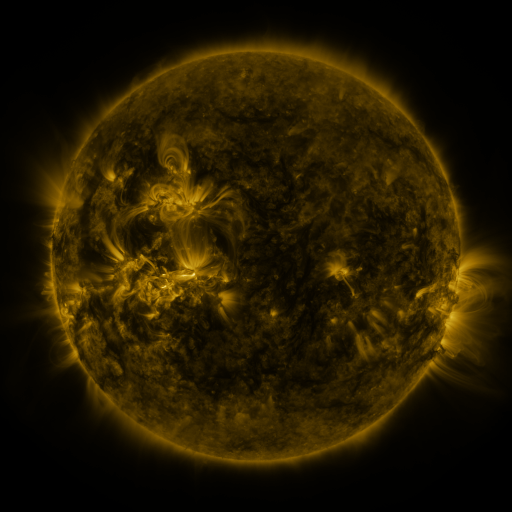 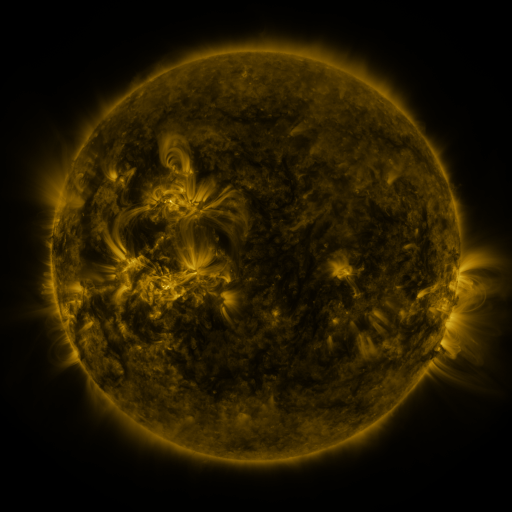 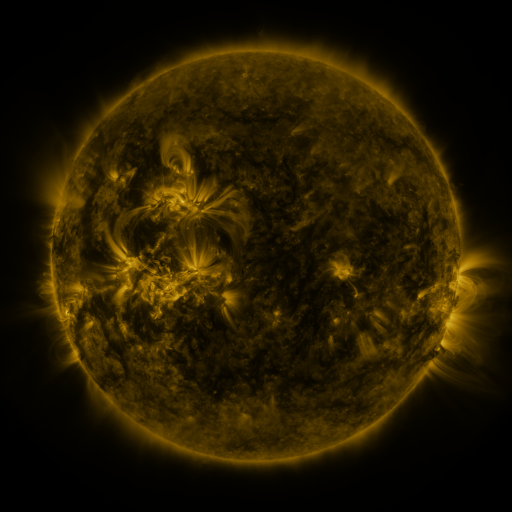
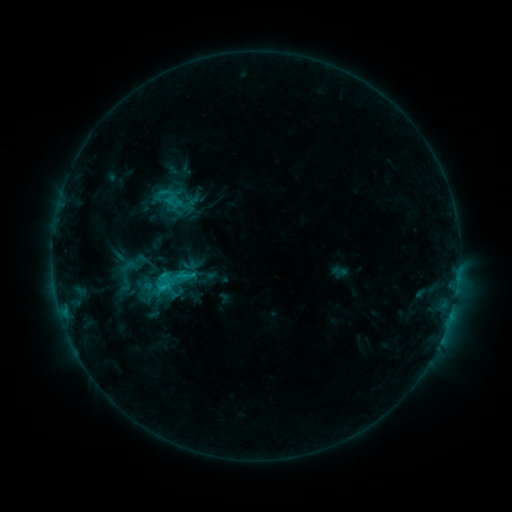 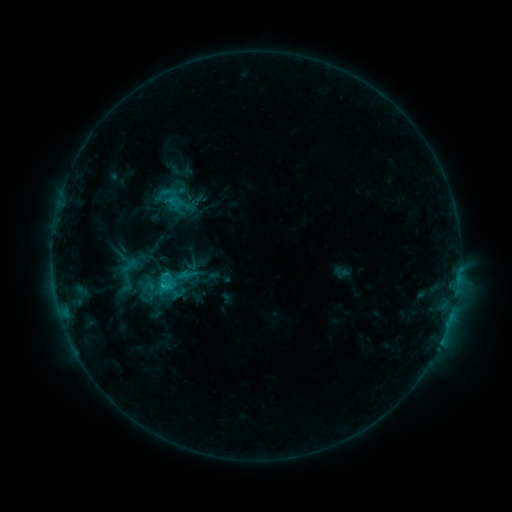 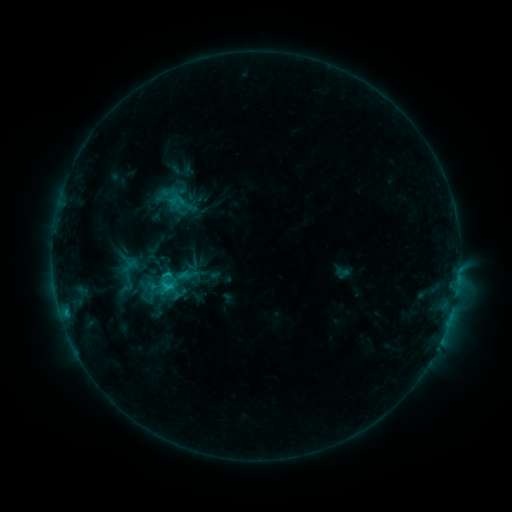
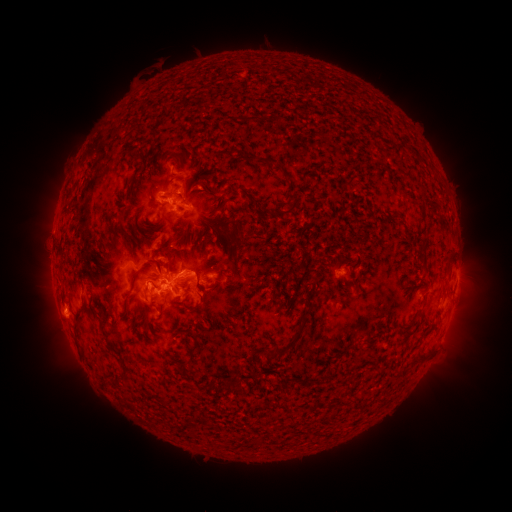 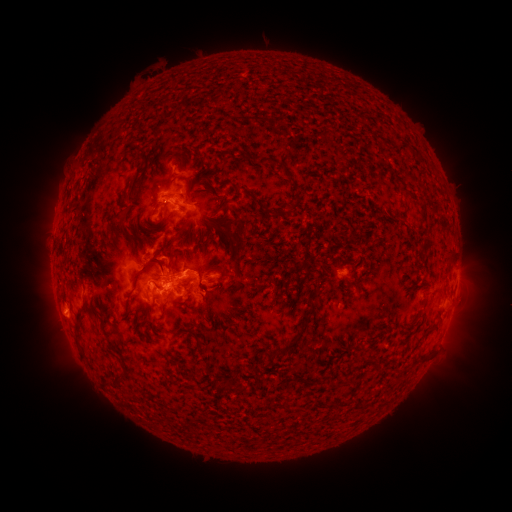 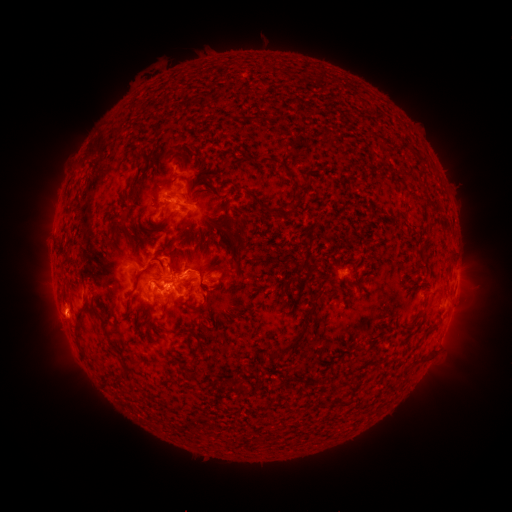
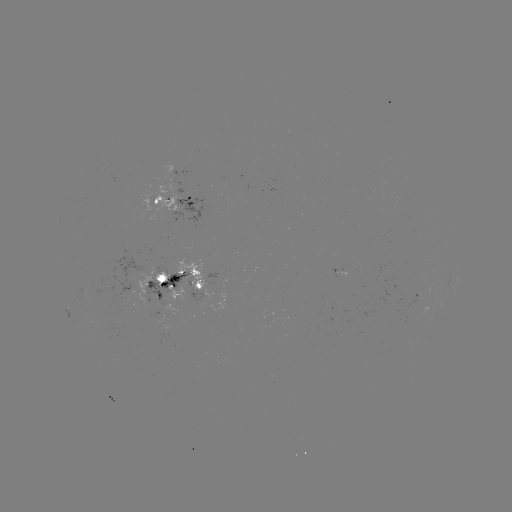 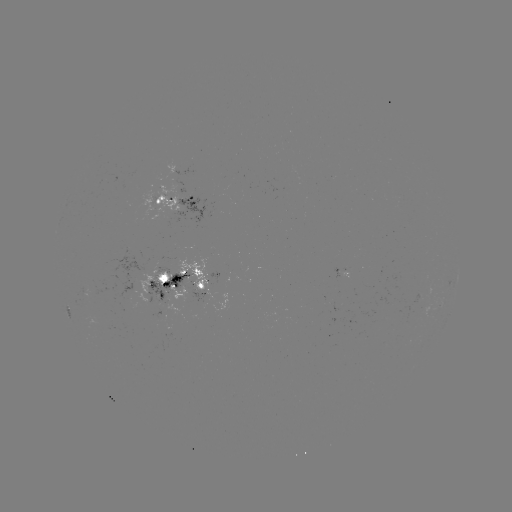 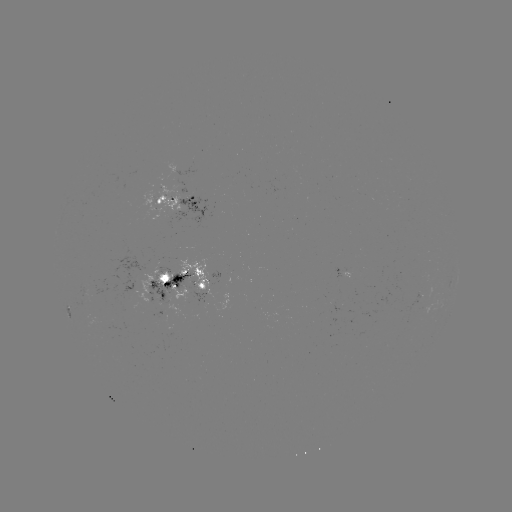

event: emerging-flux region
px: (204, 280)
